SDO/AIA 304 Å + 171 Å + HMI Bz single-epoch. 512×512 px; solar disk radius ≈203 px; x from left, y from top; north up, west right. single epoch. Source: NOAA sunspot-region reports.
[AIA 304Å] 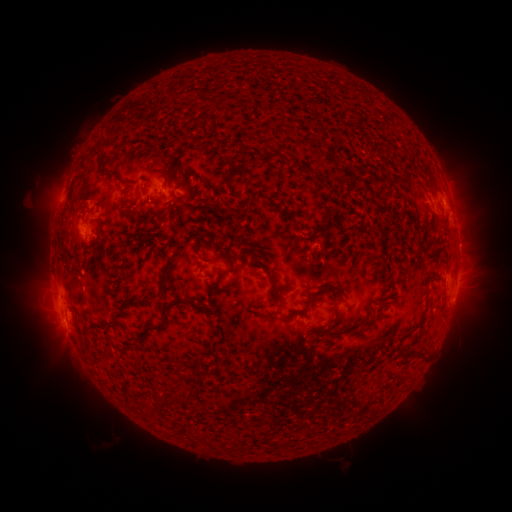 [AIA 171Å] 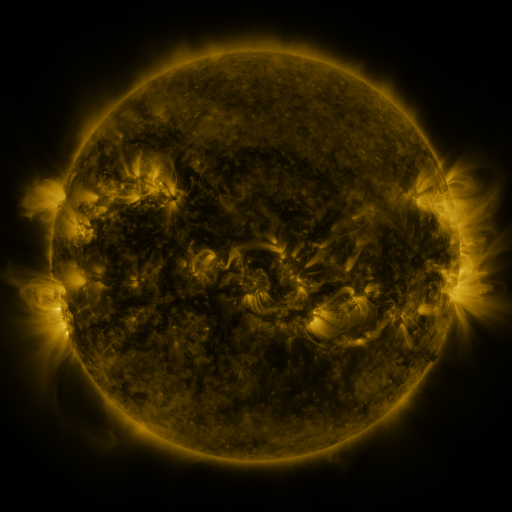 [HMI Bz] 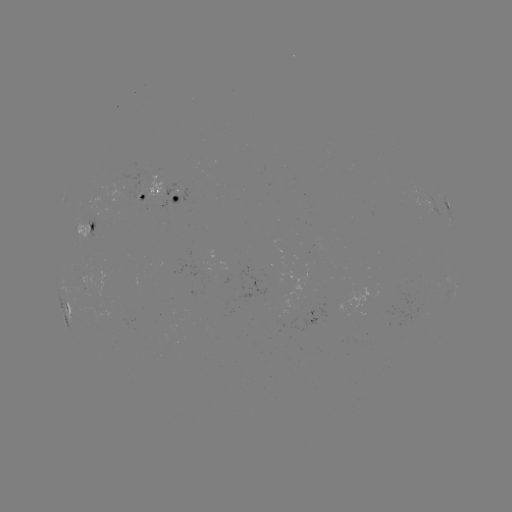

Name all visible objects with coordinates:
spotted active region: (168, 192)
spotted active region: (144, 196)
spotted active region: (447, 202)
spotted active region: (85, 227)
spotted active region: (456, 282)
spotted active region: (67, 302)
